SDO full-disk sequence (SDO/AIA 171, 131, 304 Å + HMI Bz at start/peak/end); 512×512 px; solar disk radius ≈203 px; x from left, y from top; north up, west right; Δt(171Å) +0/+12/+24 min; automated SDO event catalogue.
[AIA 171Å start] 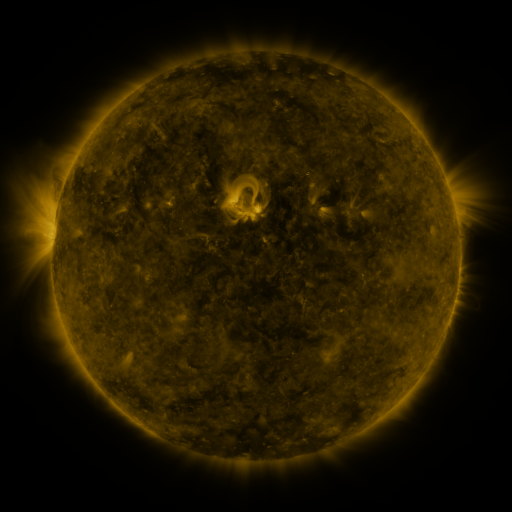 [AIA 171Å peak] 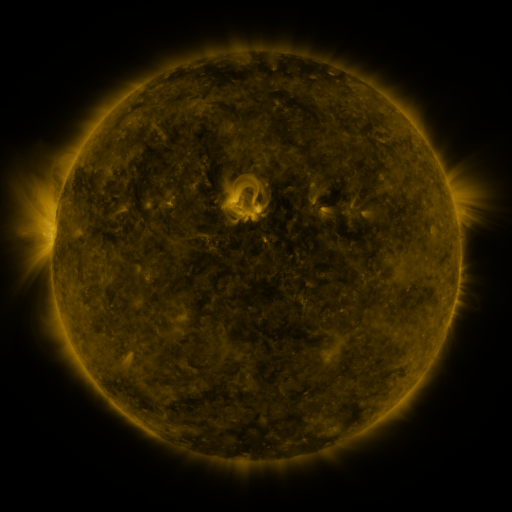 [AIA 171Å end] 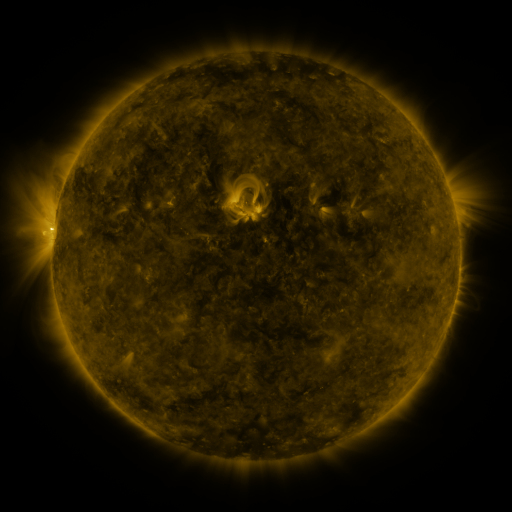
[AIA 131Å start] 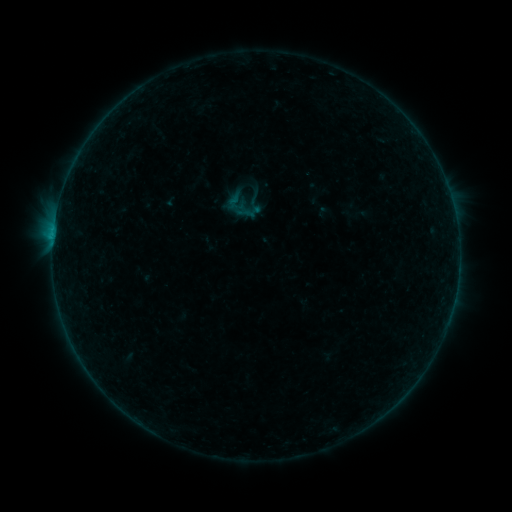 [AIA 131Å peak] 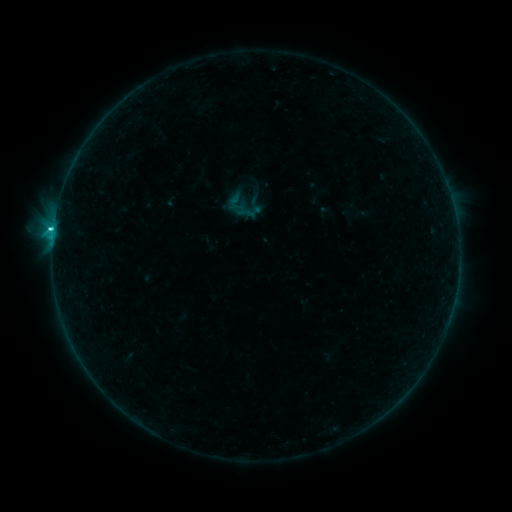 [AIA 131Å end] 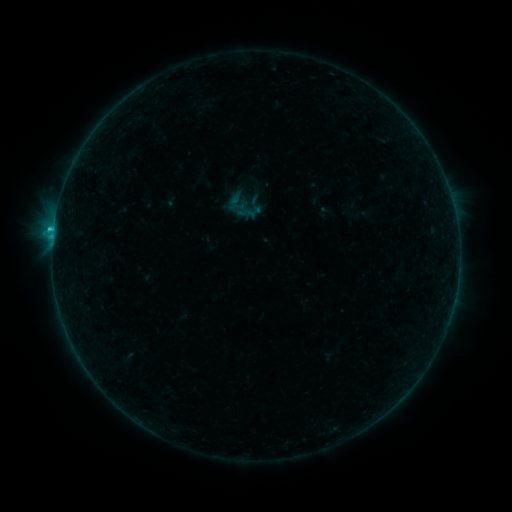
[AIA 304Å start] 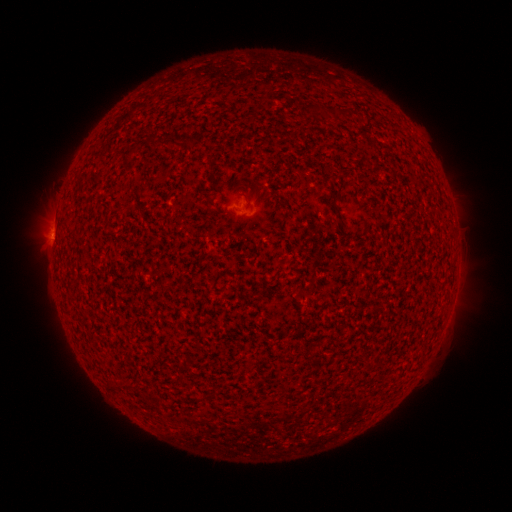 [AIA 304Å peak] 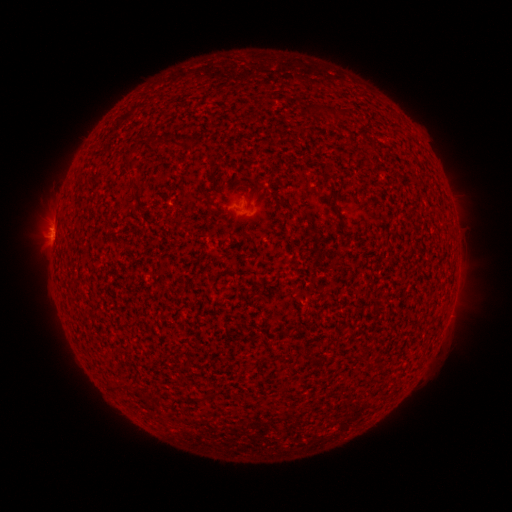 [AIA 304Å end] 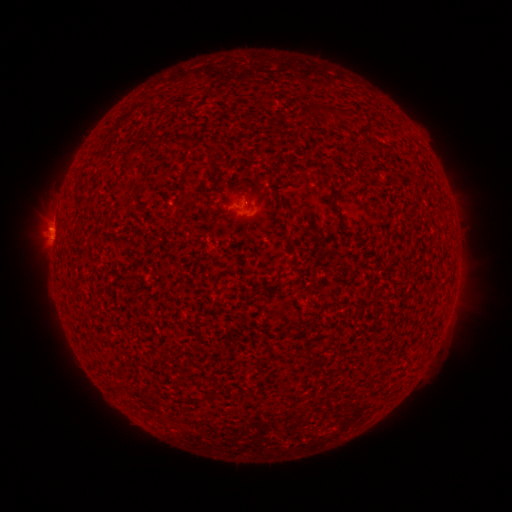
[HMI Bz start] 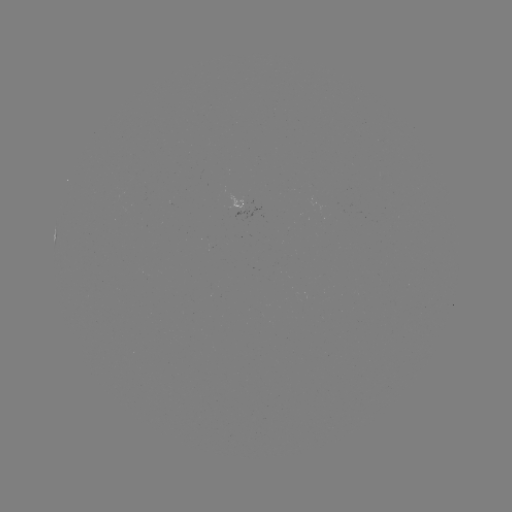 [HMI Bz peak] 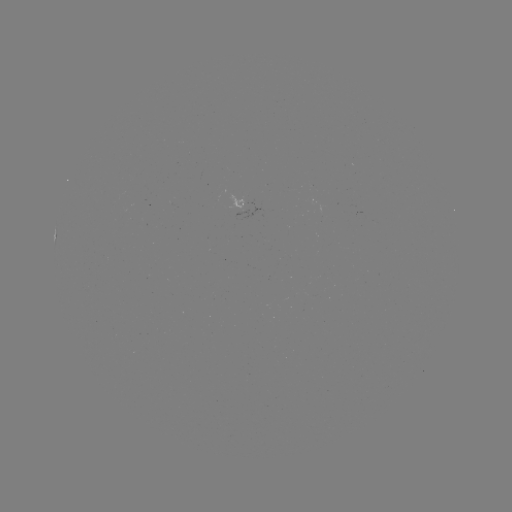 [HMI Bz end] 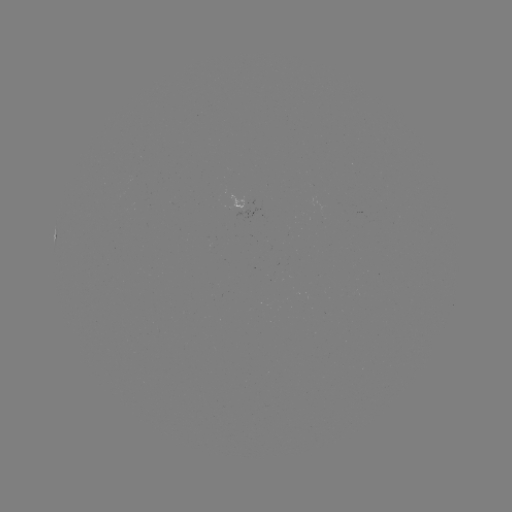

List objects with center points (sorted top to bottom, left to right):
C1.3 flare: (54, 231)
